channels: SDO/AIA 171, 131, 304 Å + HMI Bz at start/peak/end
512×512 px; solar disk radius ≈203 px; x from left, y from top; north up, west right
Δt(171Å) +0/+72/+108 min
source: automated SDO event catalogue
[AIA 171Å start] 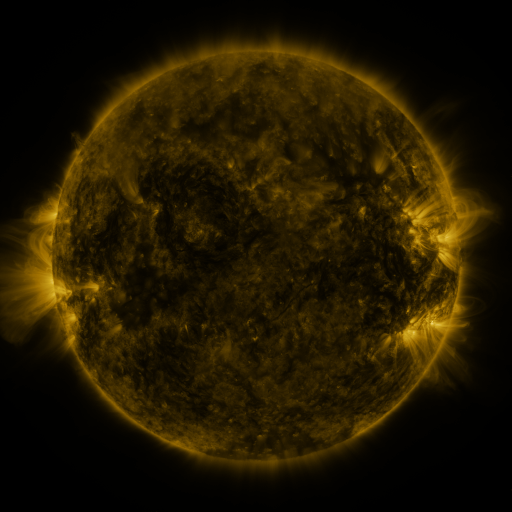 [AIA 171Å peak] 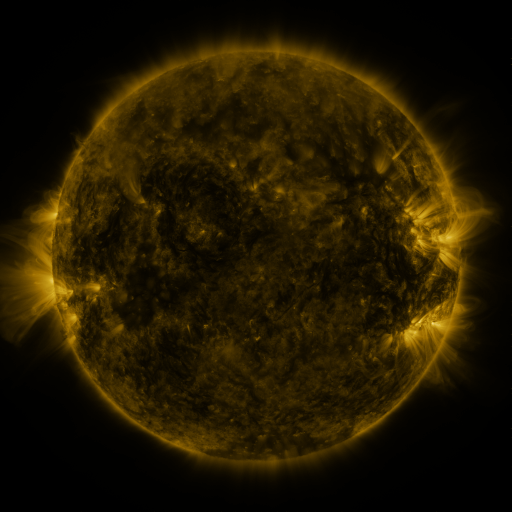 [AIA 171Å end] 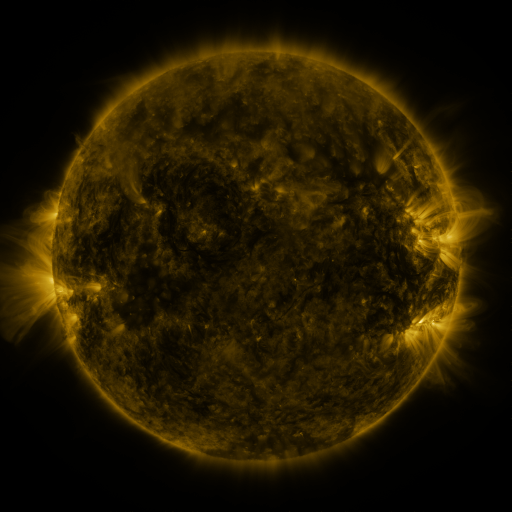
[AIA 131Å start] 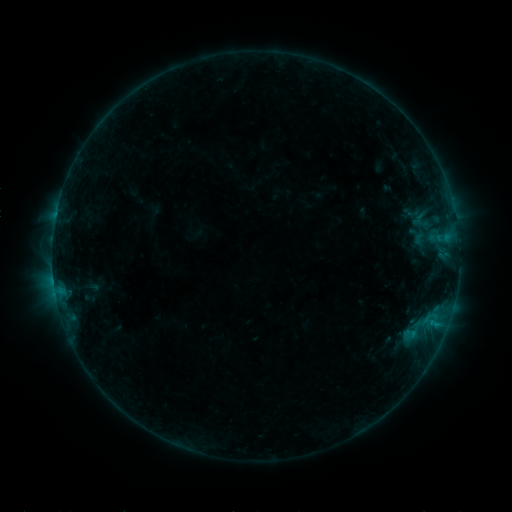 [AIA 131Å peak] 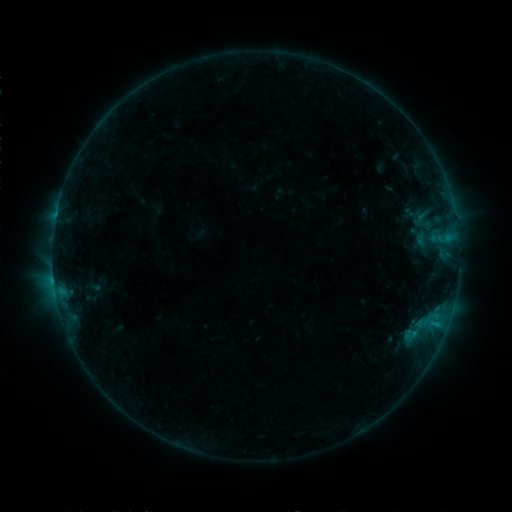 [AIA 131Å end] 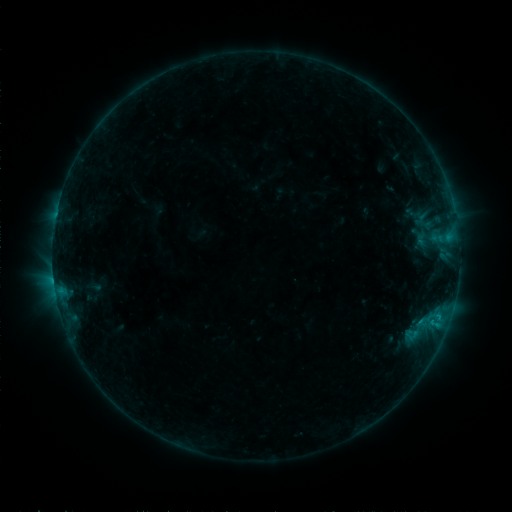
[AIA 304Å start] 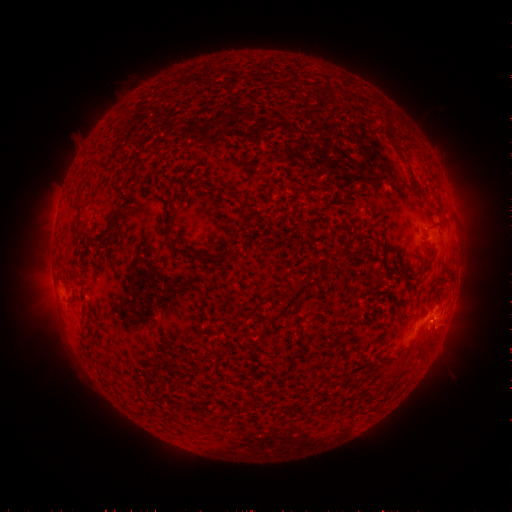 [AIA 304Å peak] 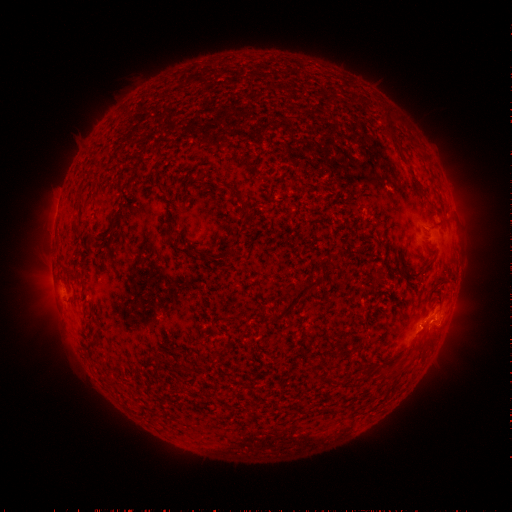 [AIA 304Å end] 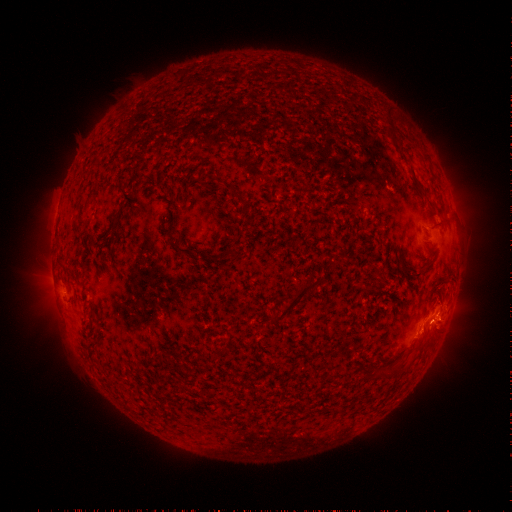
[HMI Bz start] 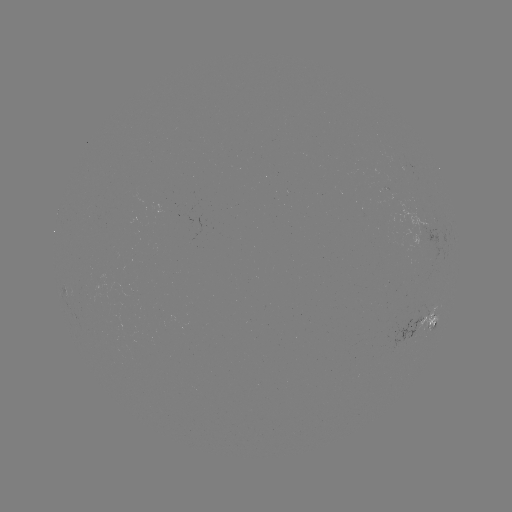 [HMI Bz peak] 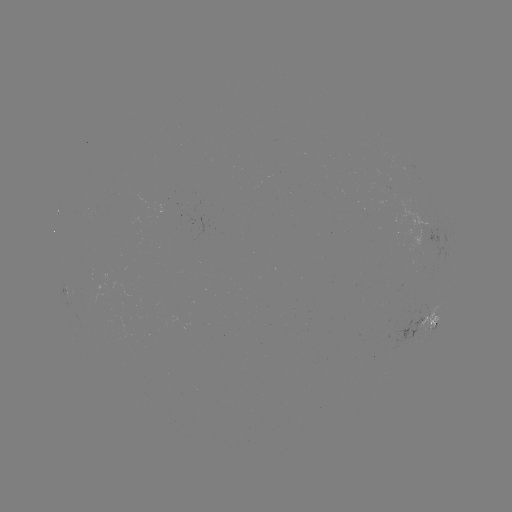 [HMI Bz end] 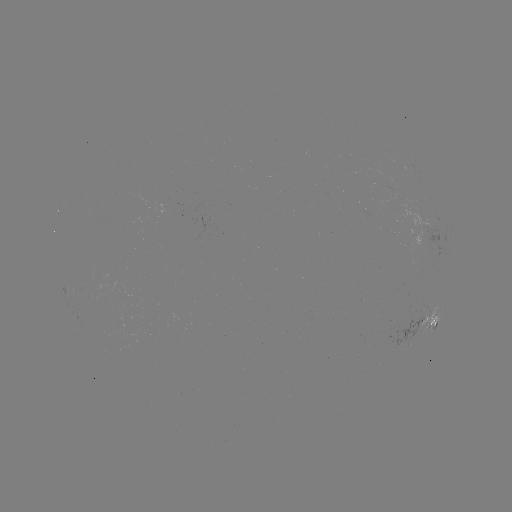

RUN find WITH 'emerging-flux region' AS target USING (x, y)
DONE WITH (93, 210) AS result